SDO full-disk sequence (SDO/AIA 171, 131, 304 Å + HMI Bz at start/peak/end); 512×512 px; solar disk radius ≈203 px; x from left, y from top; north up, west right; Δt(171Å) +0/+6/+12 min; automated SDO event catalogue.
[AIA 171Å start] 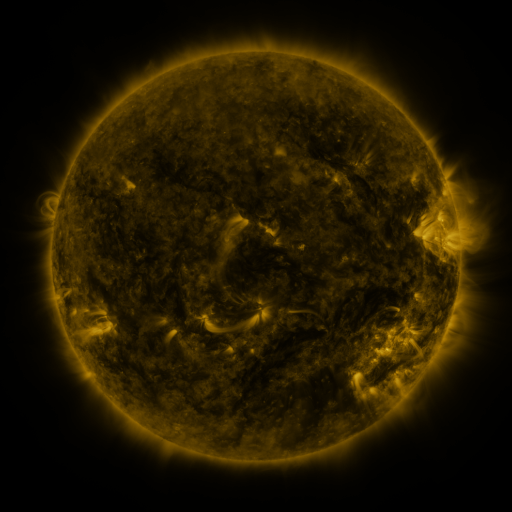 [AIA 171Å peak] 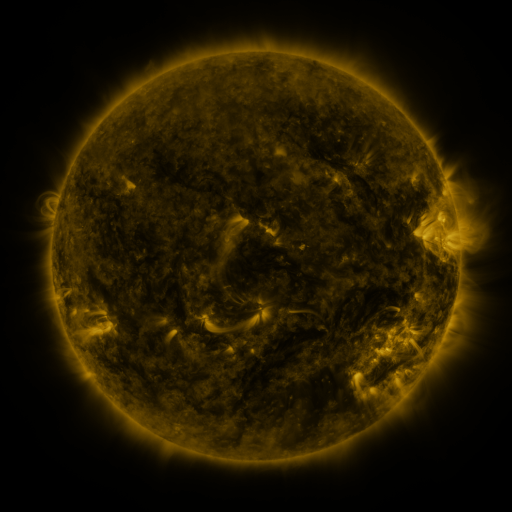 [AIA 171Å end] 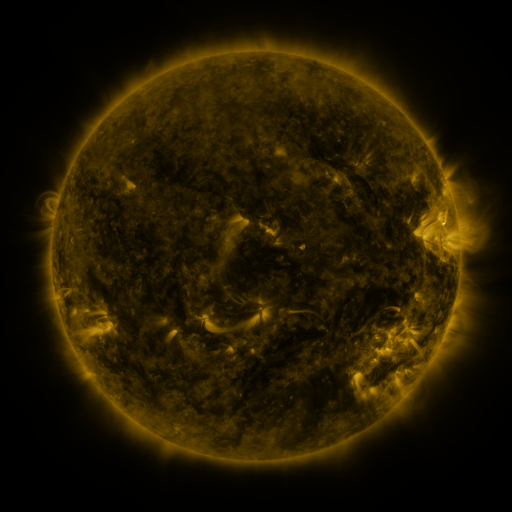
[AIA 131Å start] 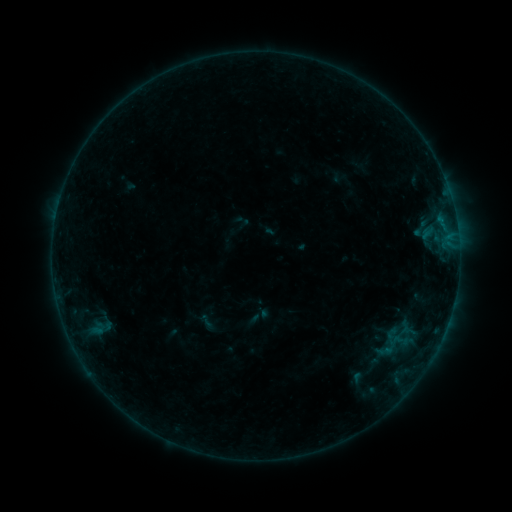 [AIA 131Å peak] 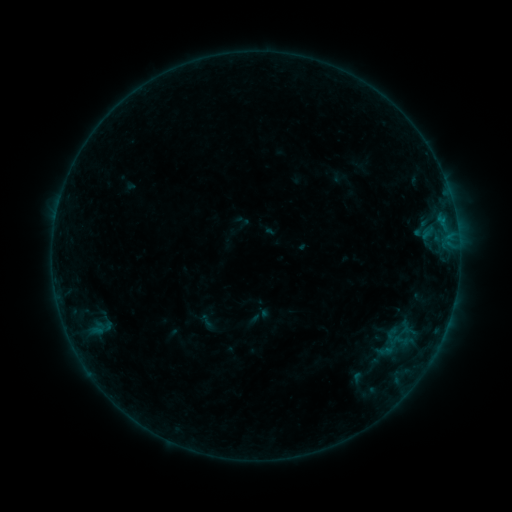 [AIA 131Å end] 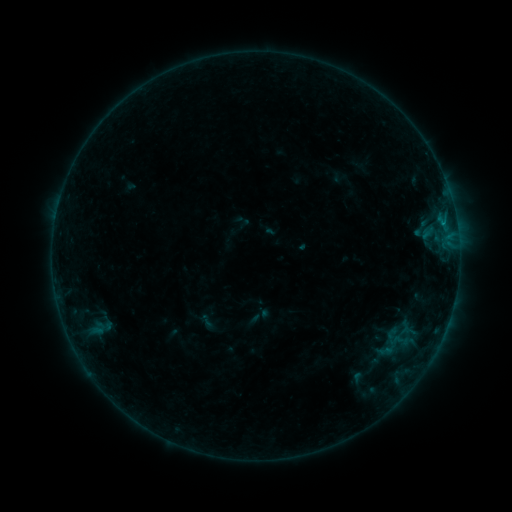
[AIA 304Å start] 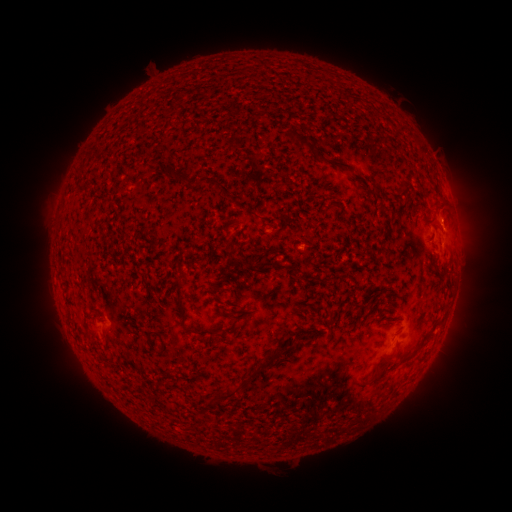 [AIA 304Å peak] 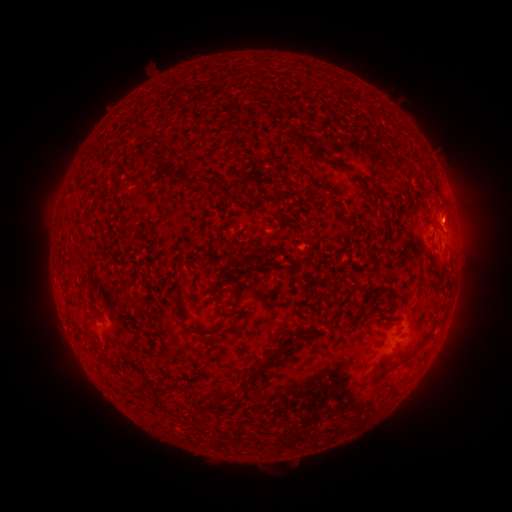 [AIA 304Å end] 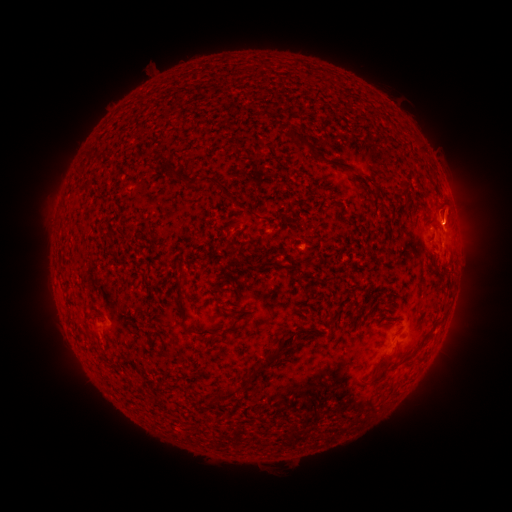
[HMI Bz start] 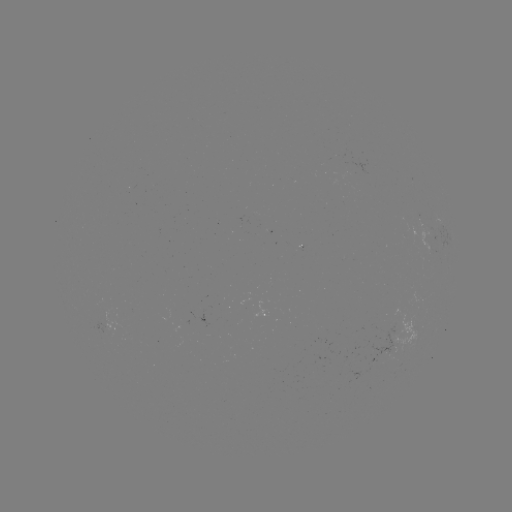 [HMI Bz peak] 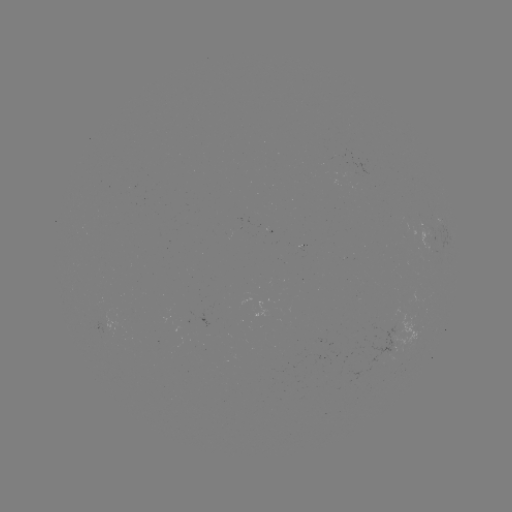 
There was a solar eruption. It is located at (455, 215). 